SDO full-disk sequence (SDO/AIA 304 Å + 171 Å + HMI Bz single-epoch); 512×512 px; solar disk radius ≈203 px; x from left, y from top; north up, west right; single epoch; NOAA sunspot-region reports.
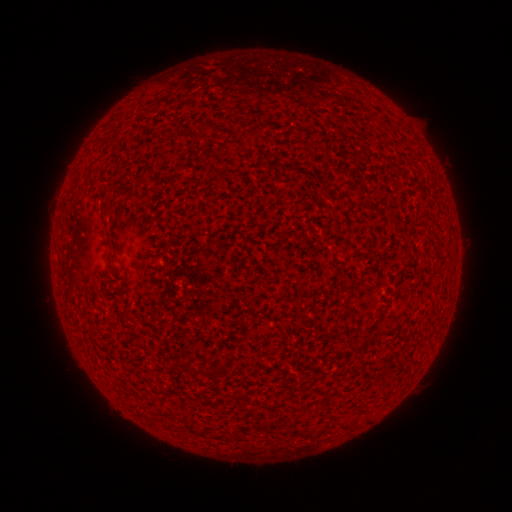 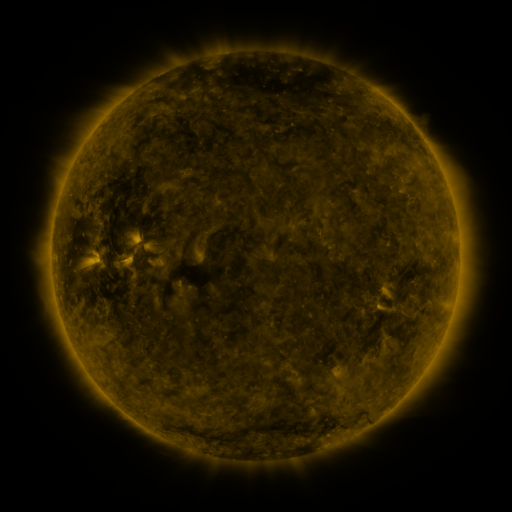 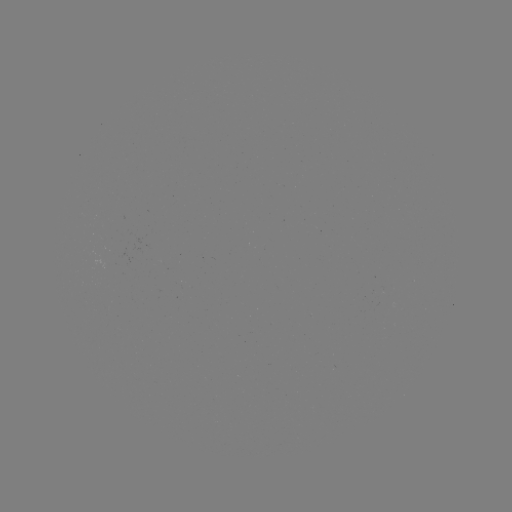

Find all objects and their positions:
(none)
